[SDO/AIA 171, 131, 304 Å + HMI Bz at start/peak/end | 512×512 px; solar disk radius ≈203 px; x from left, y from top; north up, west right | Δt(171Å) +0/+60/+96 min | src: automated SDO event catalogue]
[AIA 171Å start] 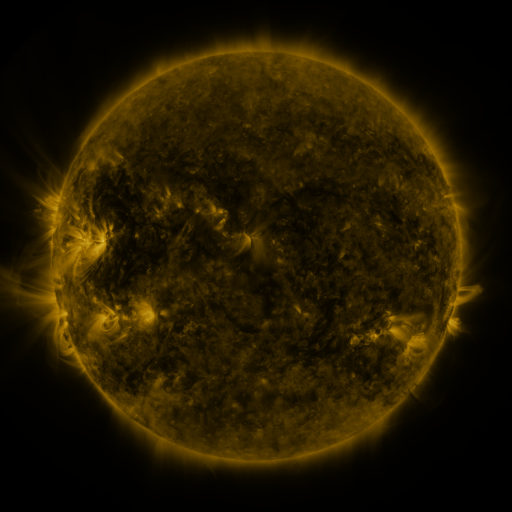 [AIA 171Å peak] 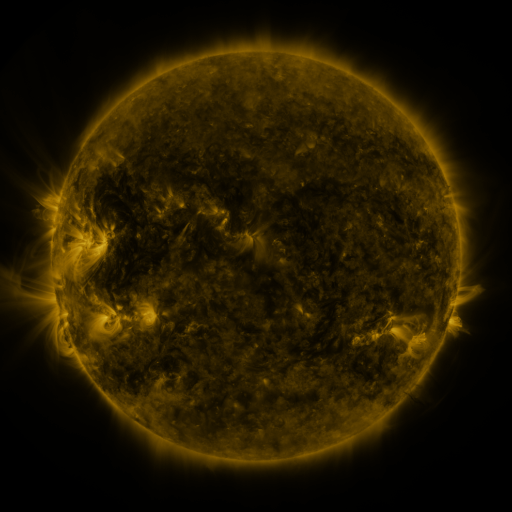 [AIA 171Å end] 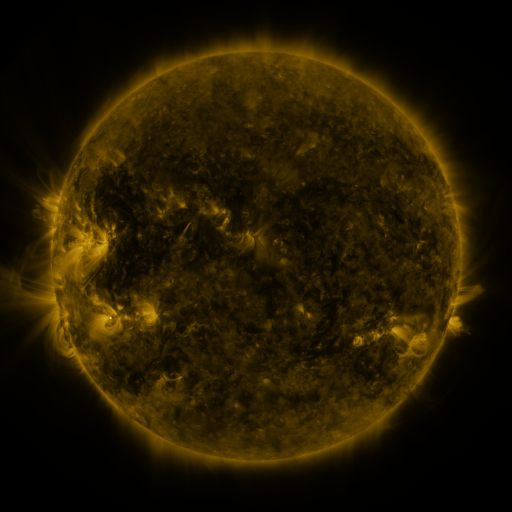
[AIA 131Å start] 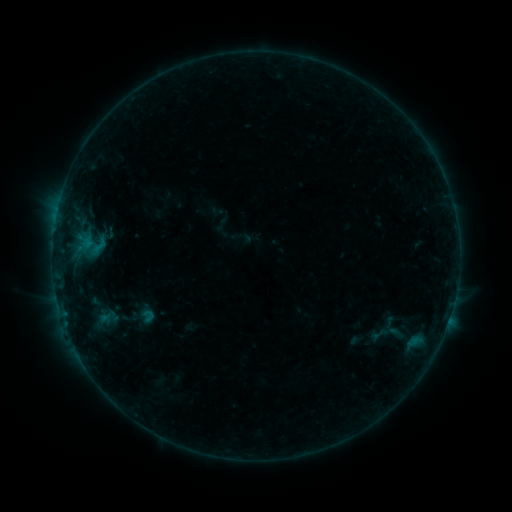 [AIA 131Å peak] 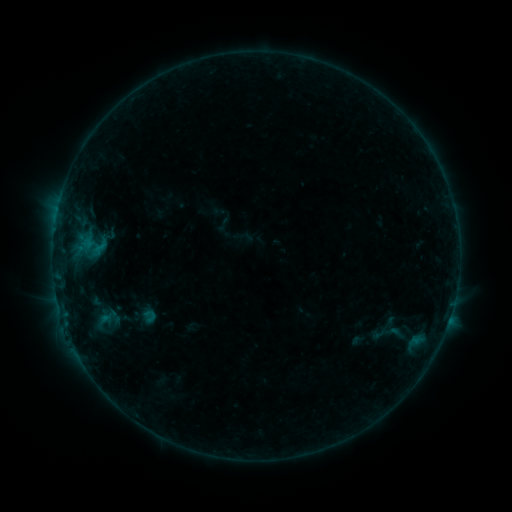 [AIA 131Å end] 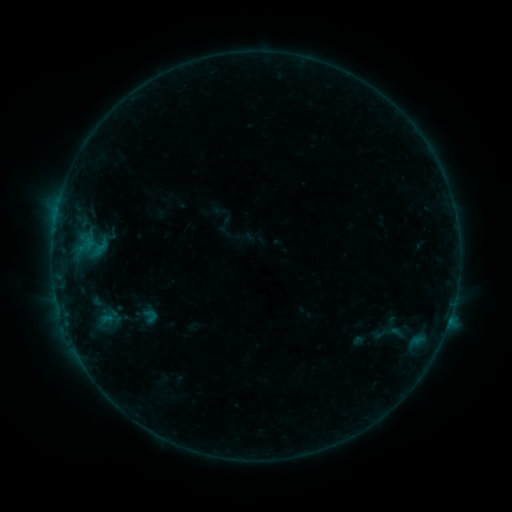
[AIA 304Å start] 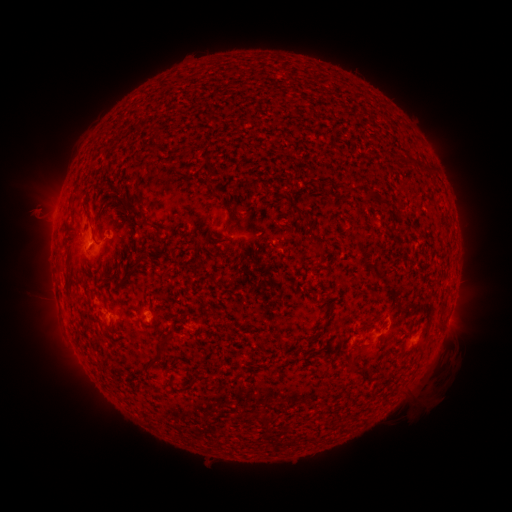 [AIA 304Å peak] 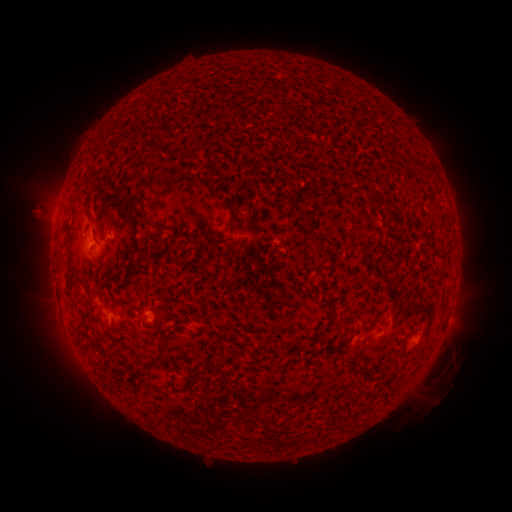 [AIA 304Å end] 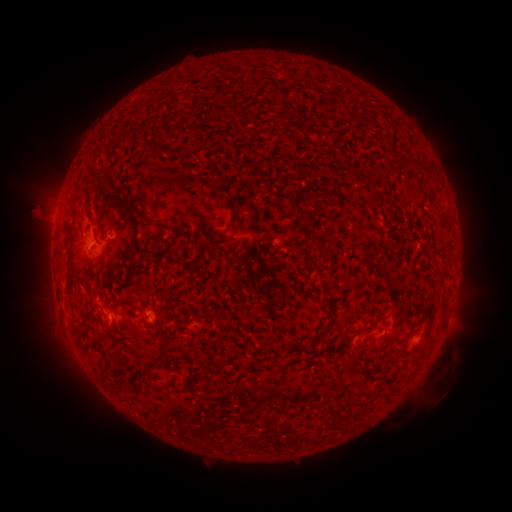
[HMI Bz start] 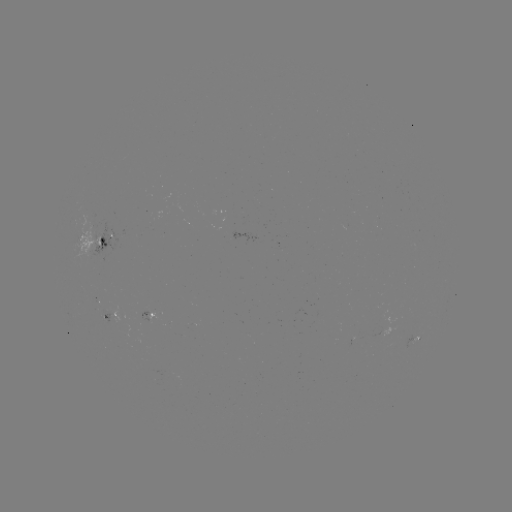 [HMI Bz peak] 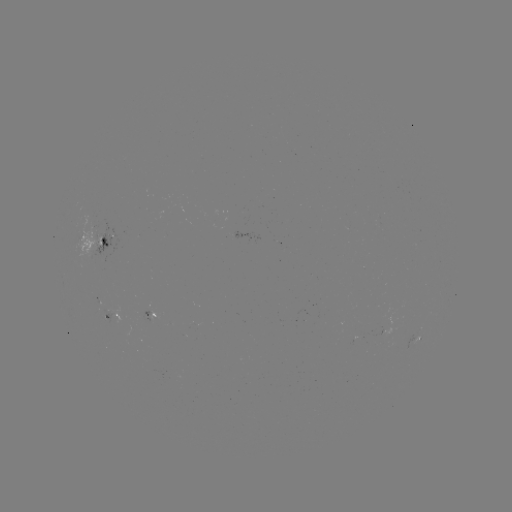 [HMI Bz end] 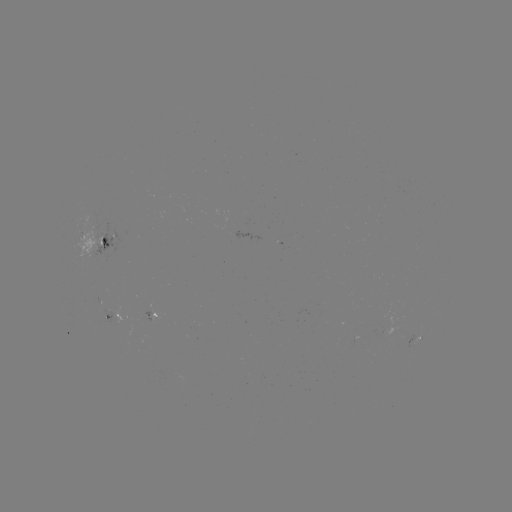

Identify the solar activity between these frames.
emerging-flux region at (92, 233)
